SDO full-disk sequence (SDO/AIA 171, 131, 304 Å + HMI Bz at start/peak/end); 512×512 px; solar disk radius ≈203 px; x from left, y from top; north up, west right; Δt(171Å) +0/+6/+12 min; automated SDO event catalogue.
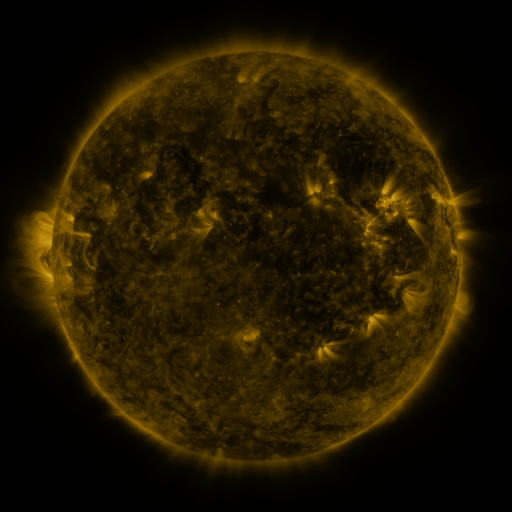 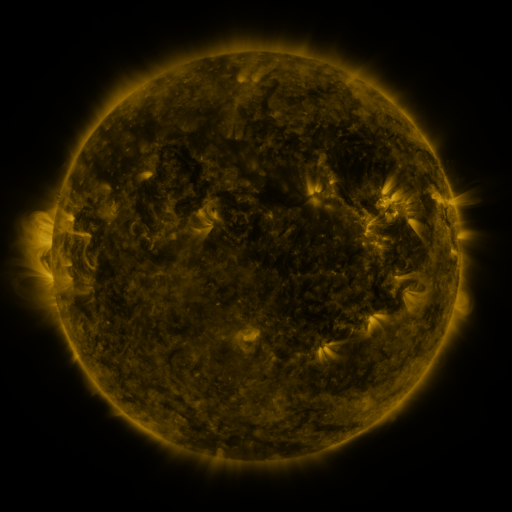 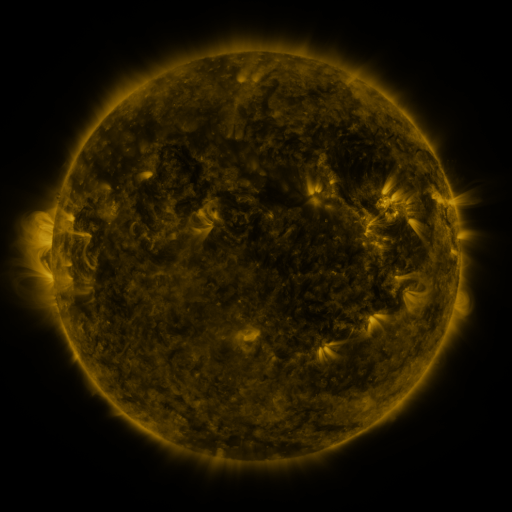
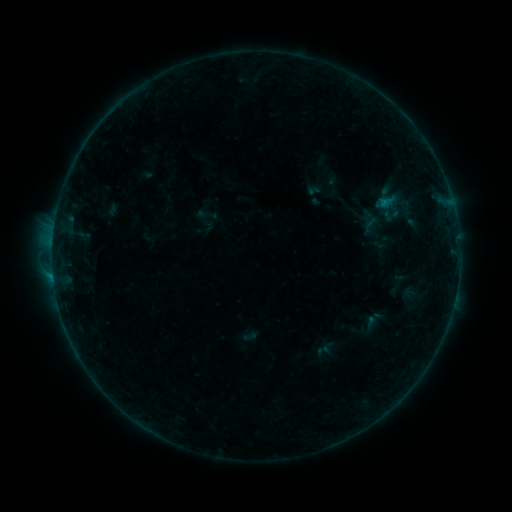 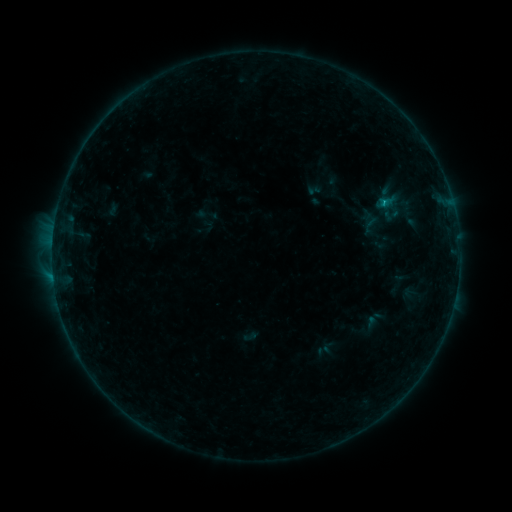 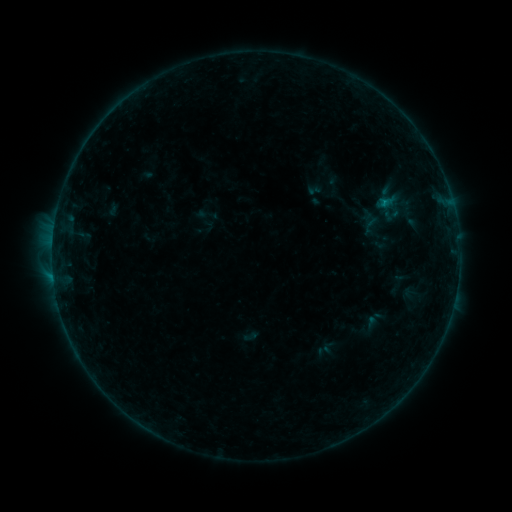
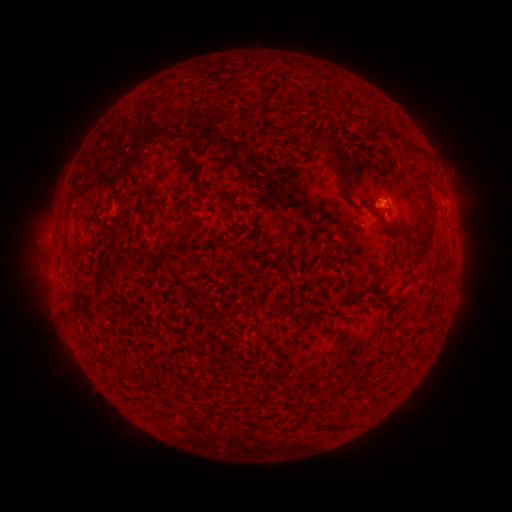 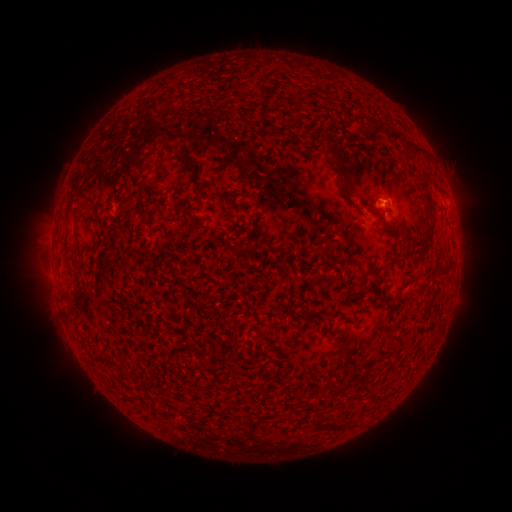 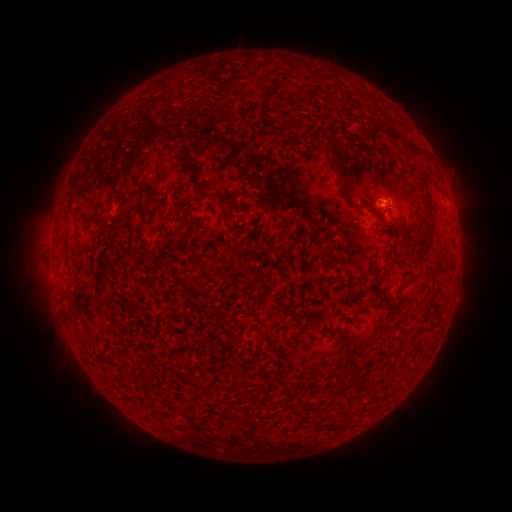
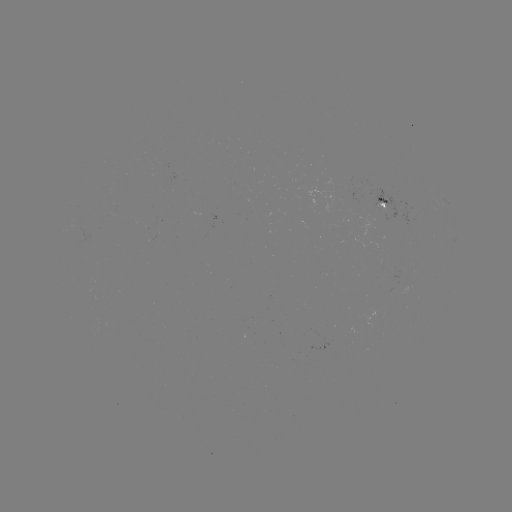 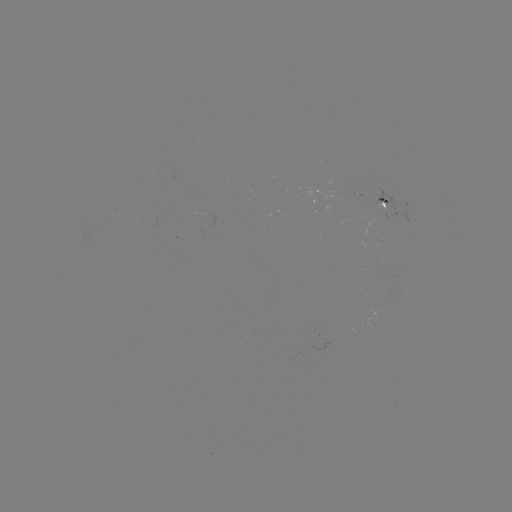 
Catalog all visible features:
B2.7 flare: (382, 204)
